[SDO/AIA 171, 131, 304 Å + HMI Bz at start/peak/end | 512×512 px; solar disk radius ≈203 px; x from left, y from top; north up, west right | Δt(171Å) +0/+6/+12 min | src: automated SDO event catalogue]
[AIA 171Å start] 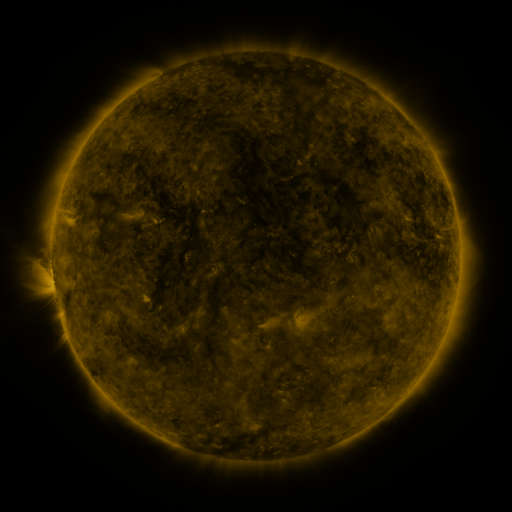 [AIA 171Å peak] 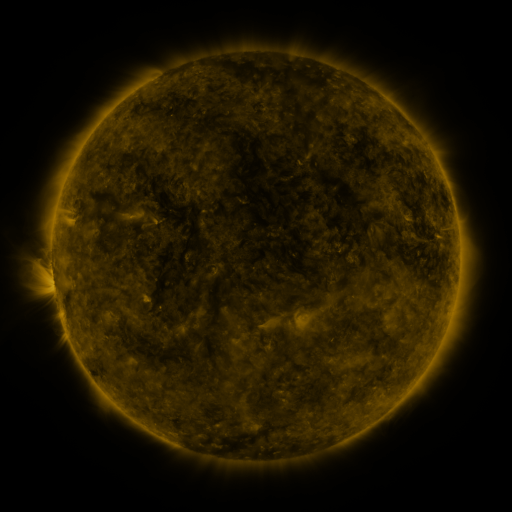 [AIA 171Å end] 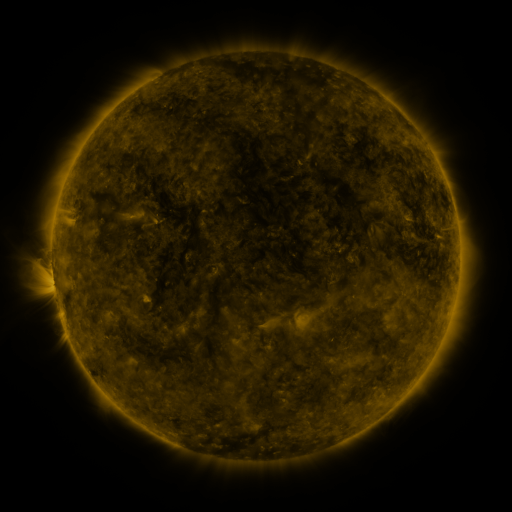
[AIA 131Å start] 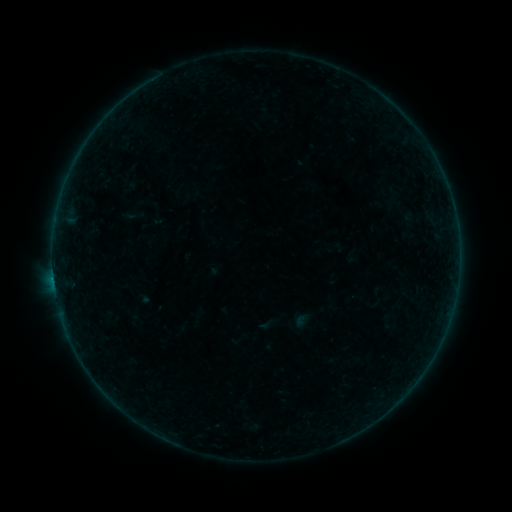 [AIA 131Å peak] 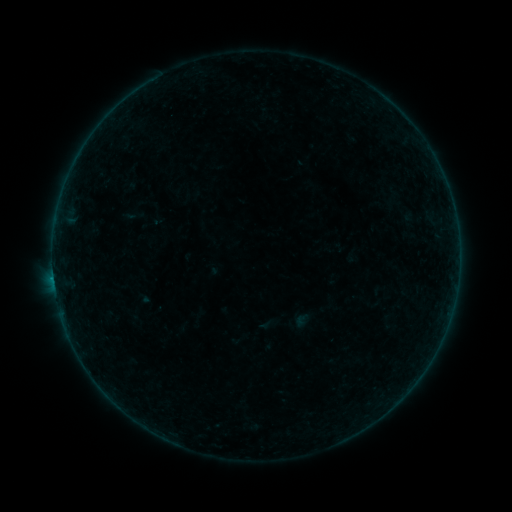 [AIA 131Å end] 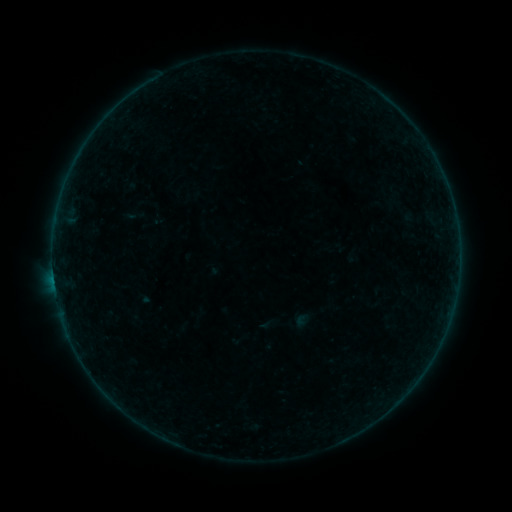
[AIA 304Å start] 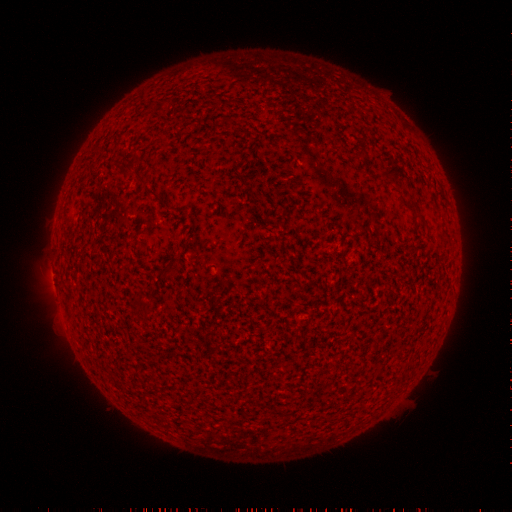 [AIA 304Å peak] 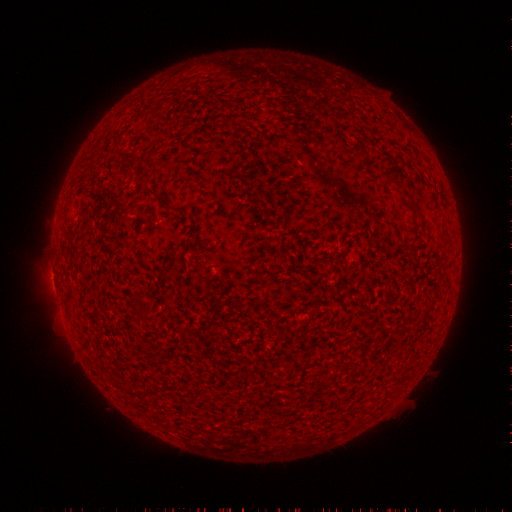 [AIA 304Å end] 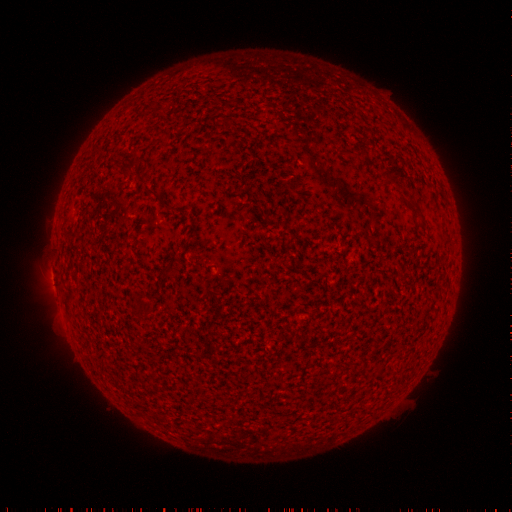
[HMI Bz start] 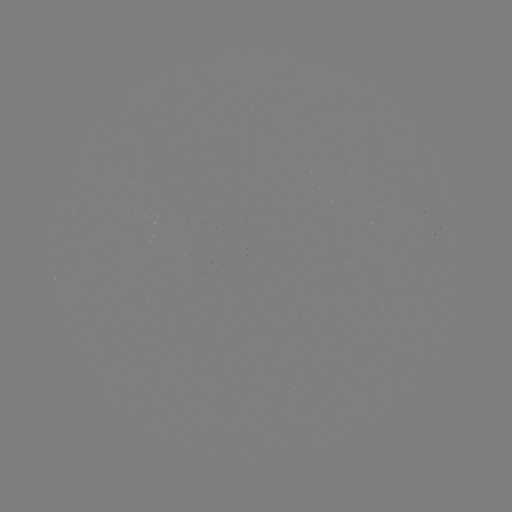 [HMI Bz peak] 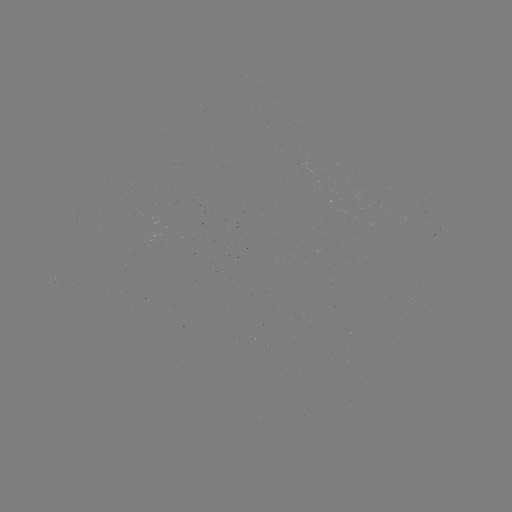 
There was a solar flare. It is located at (53, 277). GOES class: B1.3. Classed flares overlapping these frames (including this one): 1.